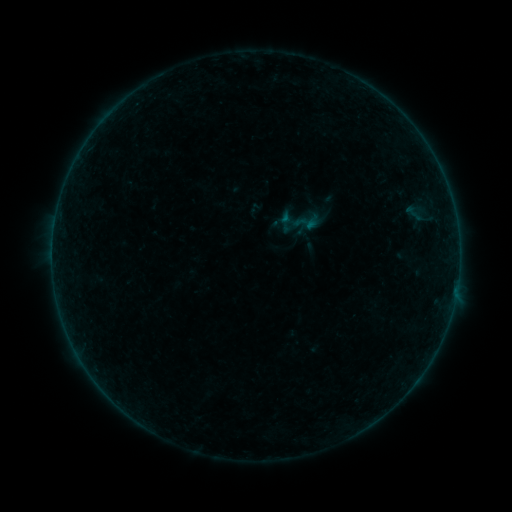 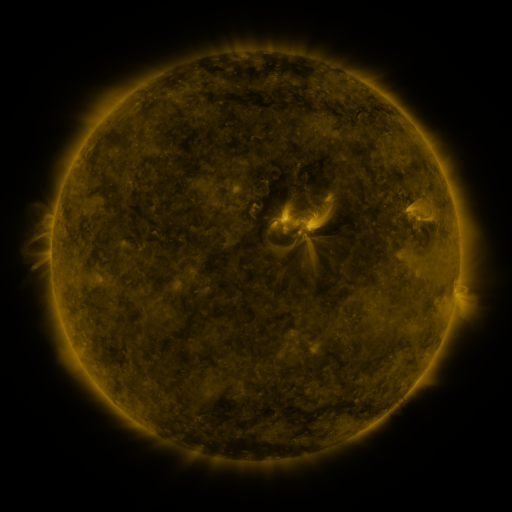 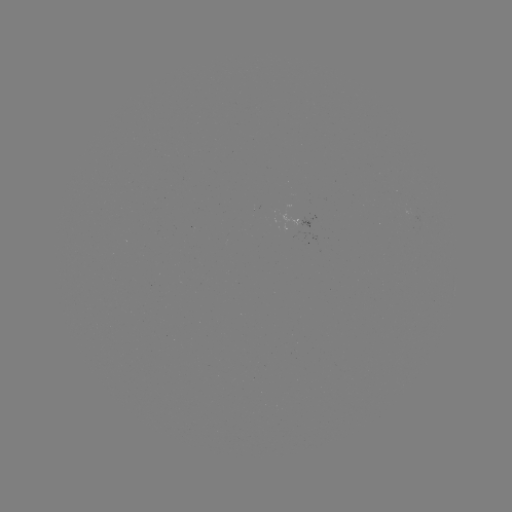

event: sigmoid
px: (307, 221)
